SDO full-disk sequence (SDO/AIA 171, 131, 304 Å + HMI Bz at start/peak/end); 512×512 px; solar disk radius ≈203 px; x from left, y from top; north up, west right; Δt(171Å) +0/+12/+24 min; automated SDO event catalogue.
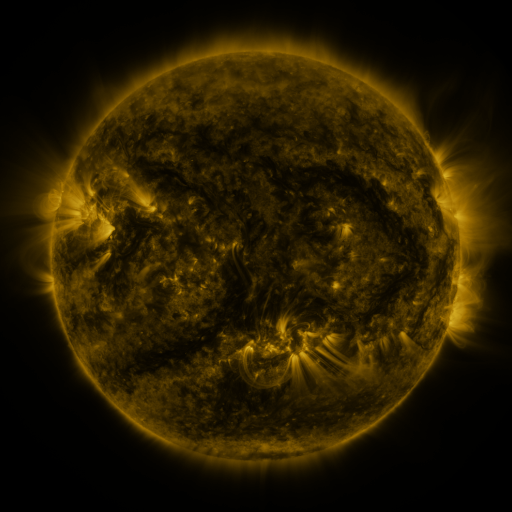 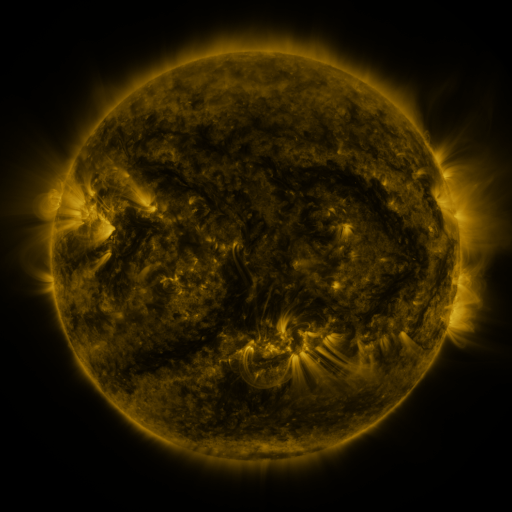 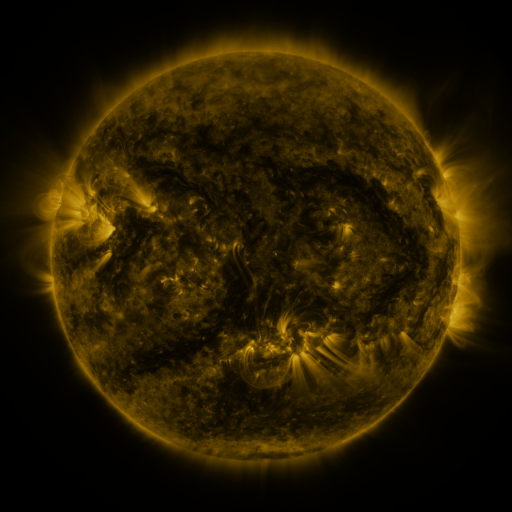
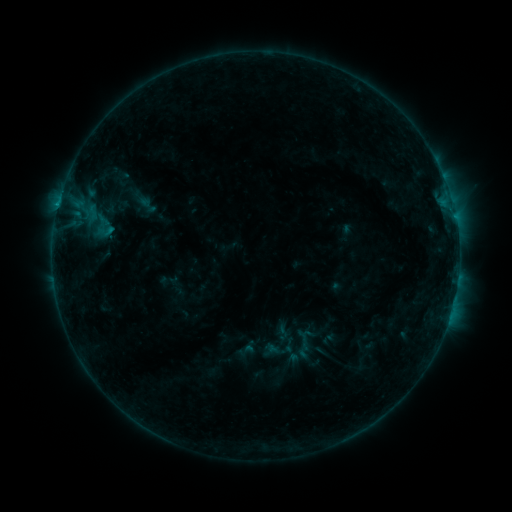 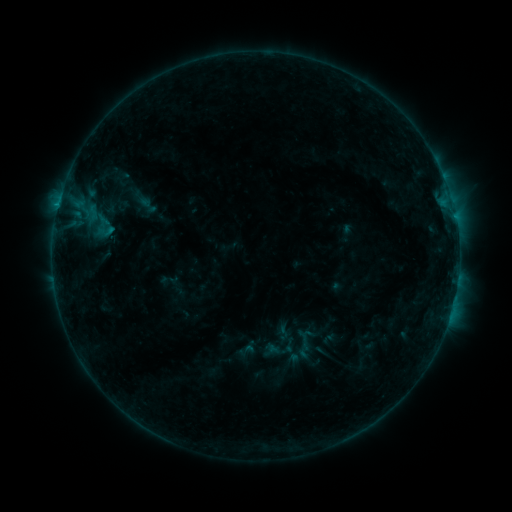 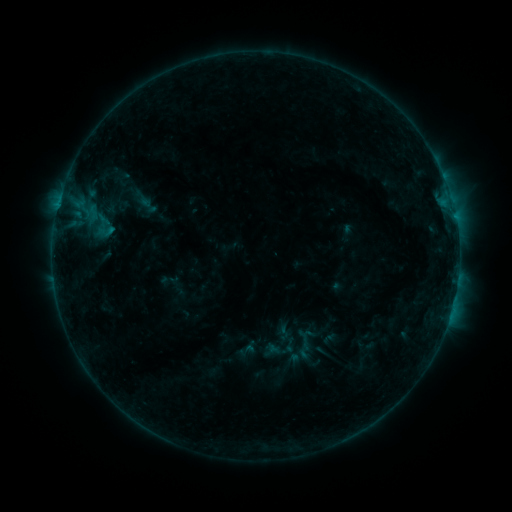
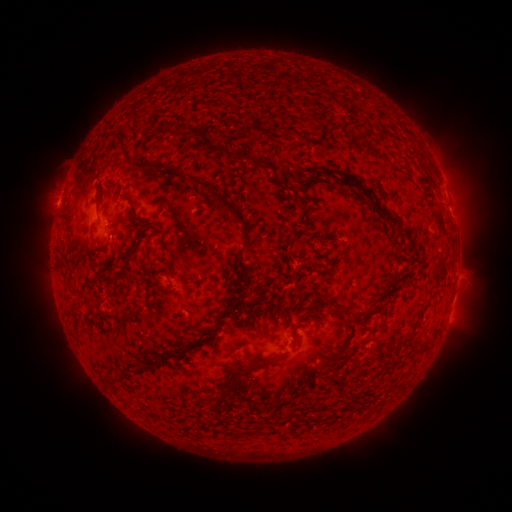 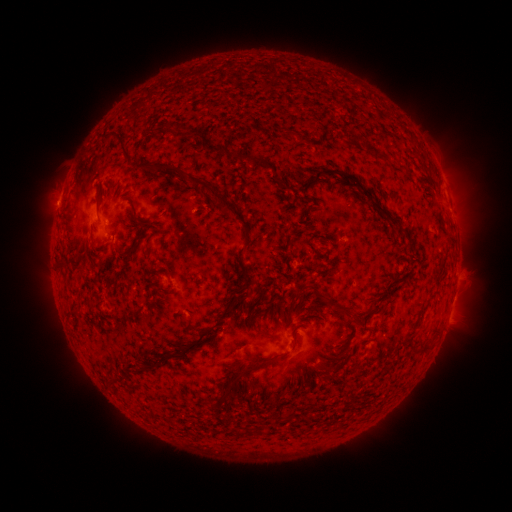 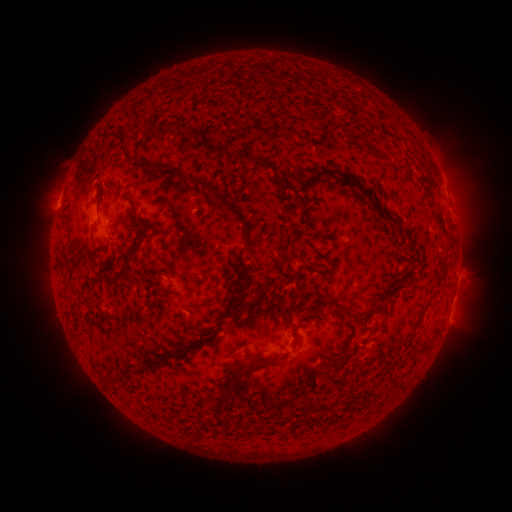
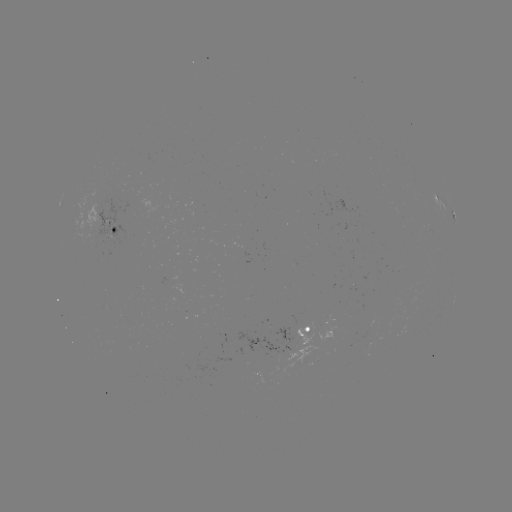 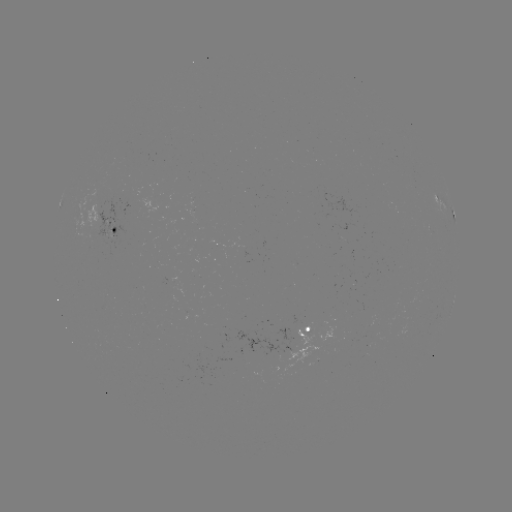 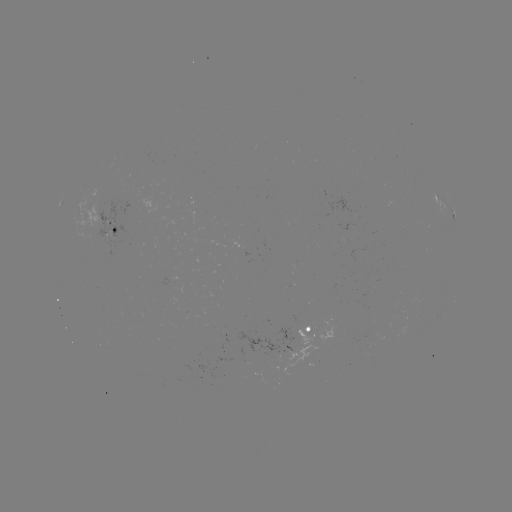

no catalogued flare and no flagged EUV brightening in this window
